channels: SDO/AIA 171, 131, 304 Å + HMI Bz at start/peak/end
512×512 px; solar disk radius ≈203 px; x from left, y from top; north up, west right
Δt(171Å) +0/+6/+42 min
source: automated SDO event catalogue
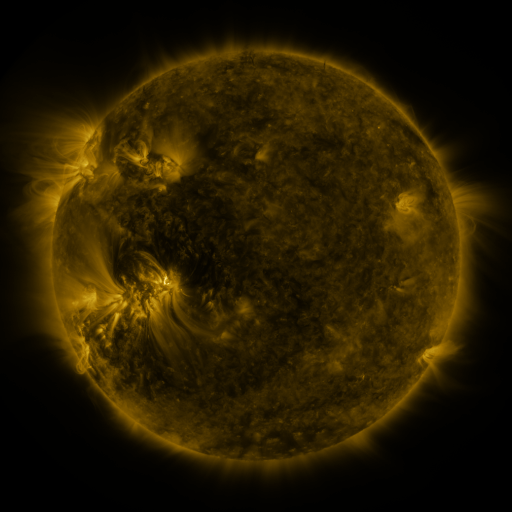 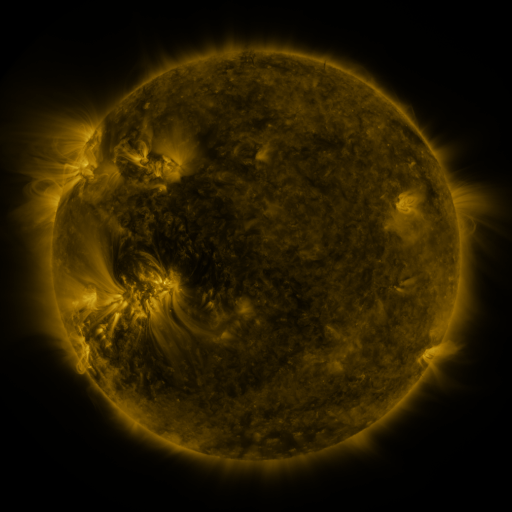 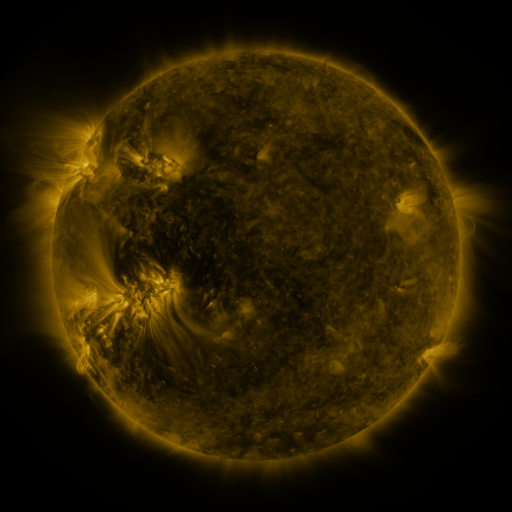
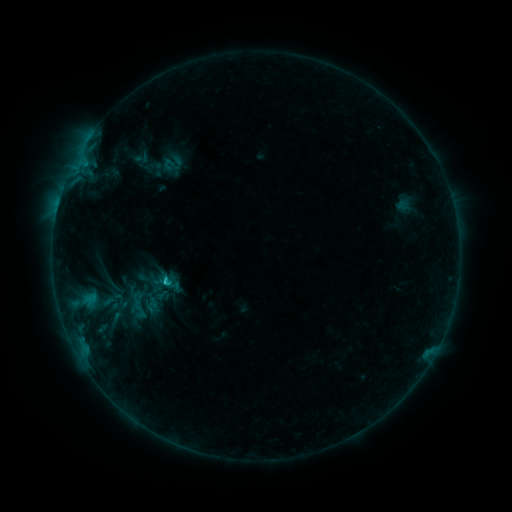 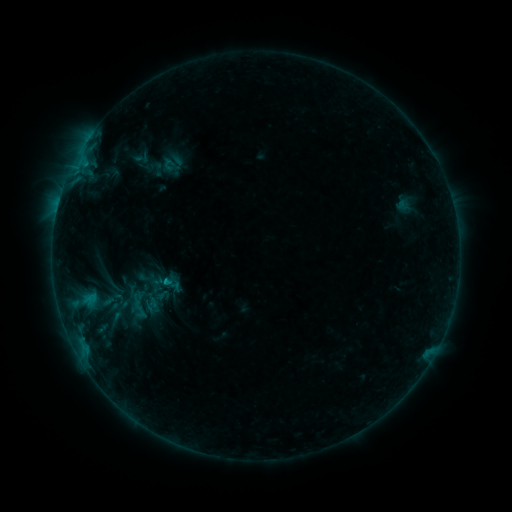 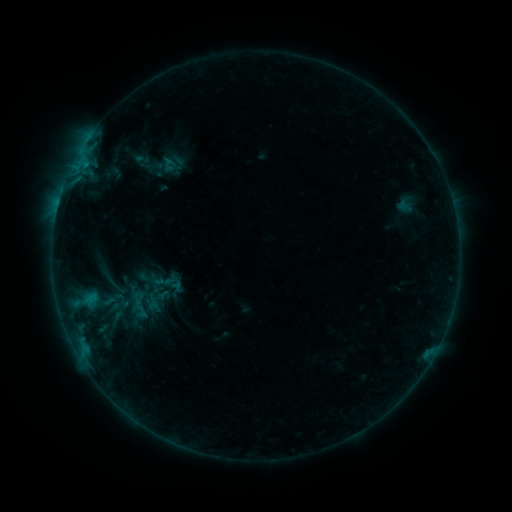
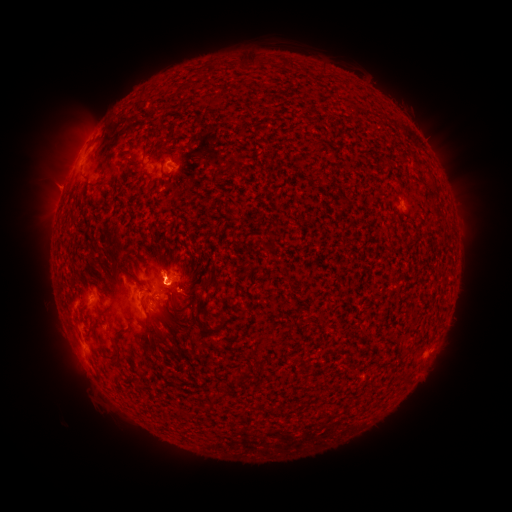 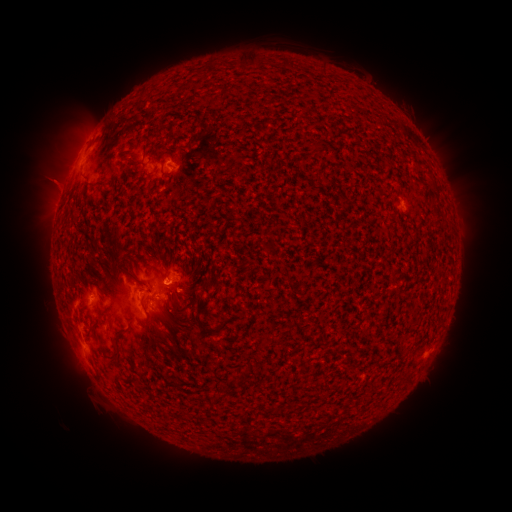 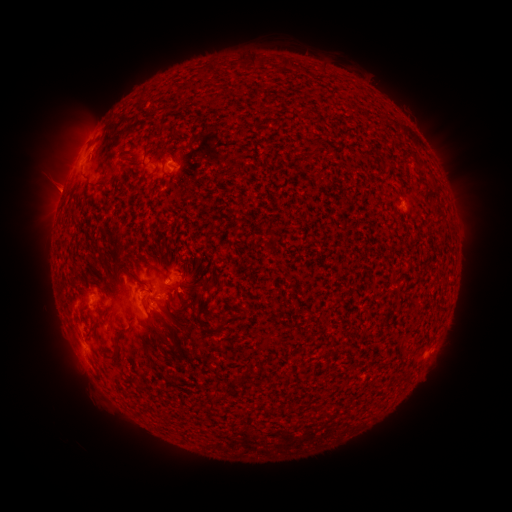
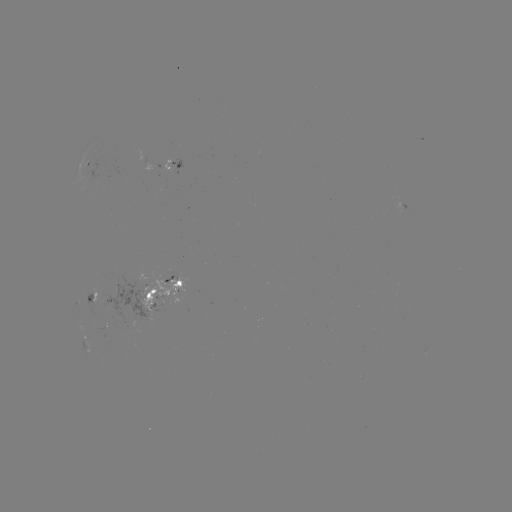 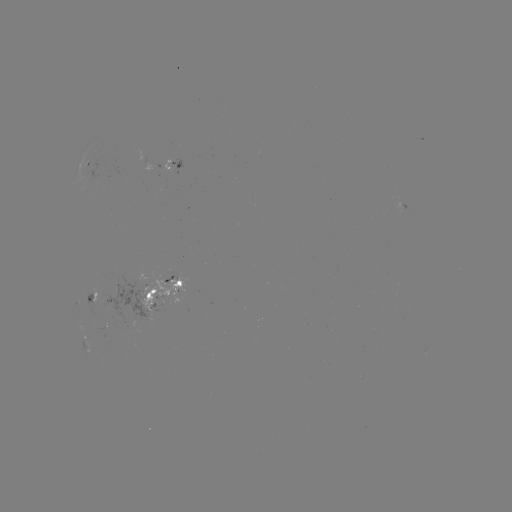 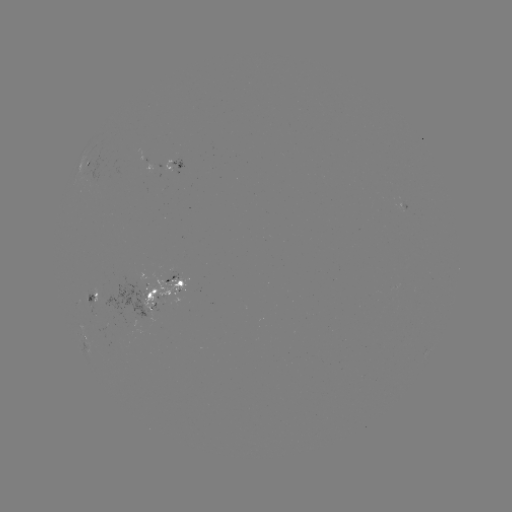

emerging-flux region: <bbox>125, 291, 151, 318</bbox>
